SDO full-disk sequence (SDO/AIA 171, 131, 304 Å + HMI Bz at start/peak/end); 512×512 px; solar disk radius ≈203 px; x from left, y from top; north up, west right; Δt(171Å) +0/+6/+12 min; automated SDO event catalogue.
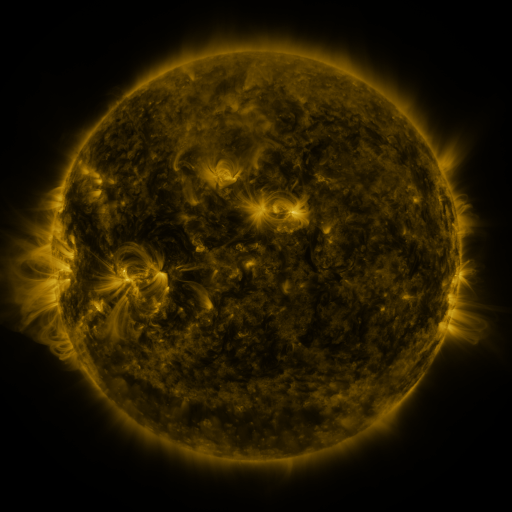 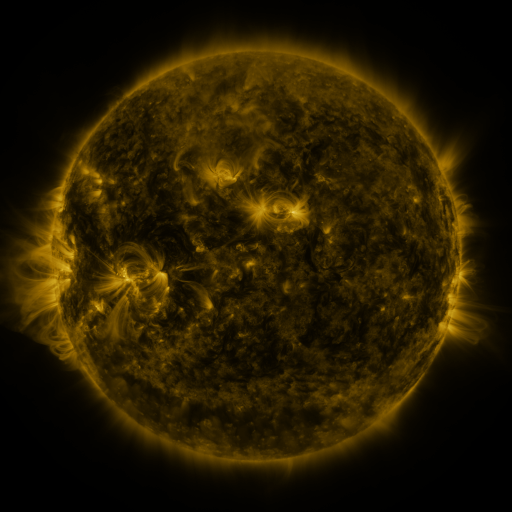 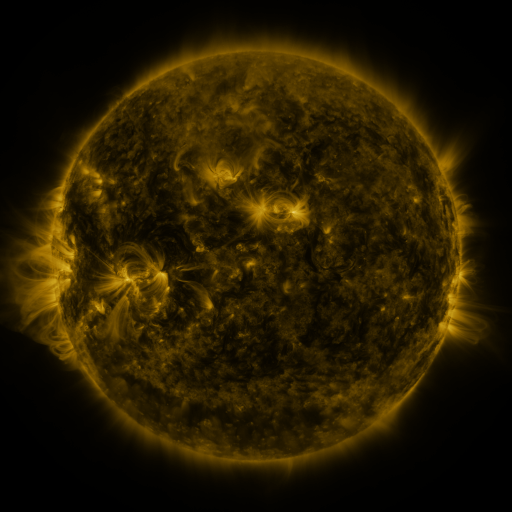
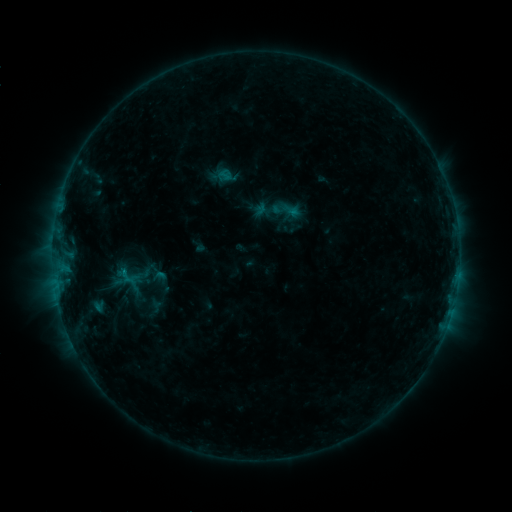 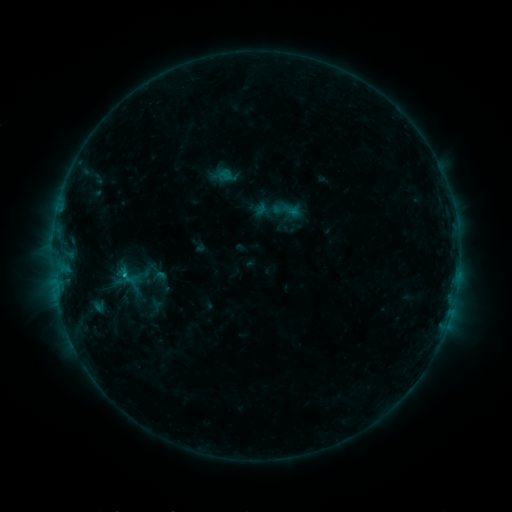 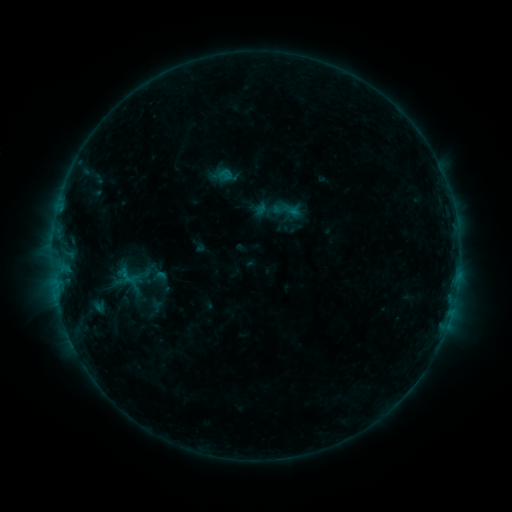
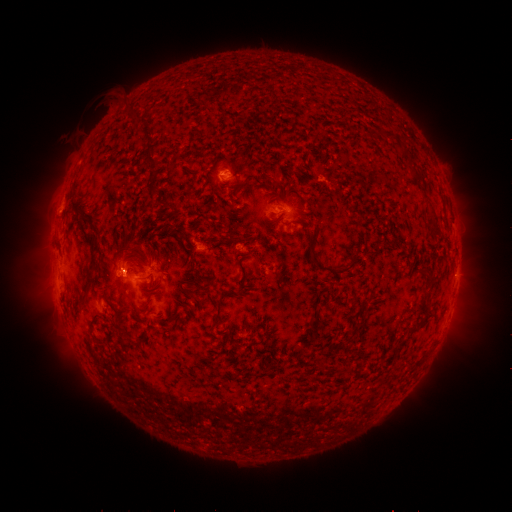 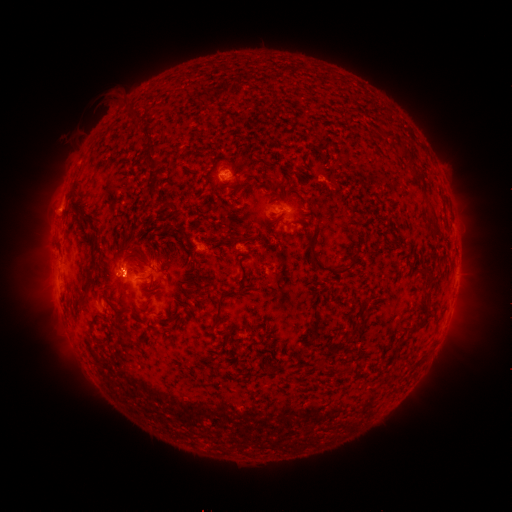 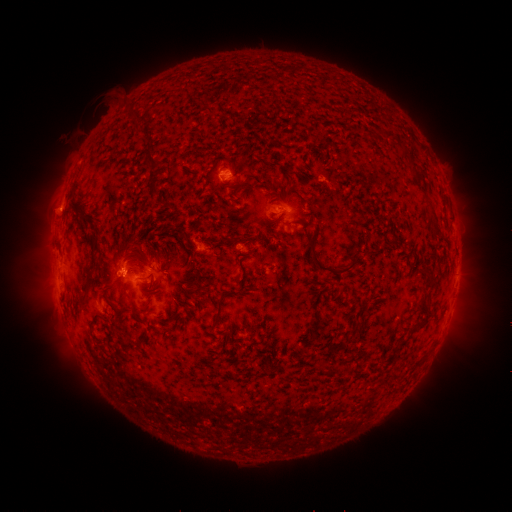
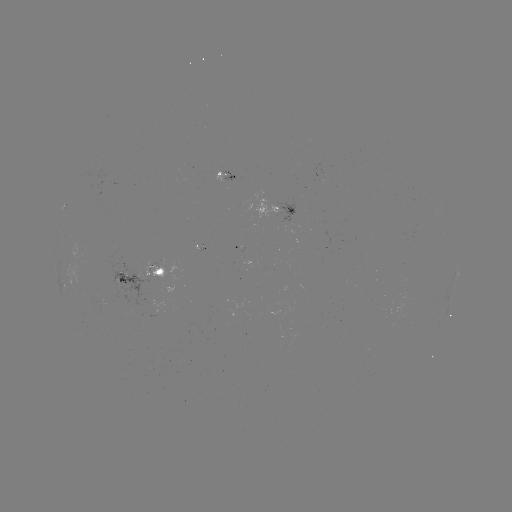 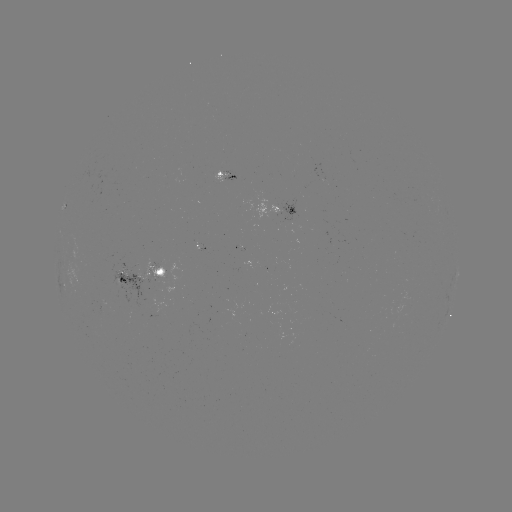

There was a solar flare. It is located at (126, 272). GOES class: B7.3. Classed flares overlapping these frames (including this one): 1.